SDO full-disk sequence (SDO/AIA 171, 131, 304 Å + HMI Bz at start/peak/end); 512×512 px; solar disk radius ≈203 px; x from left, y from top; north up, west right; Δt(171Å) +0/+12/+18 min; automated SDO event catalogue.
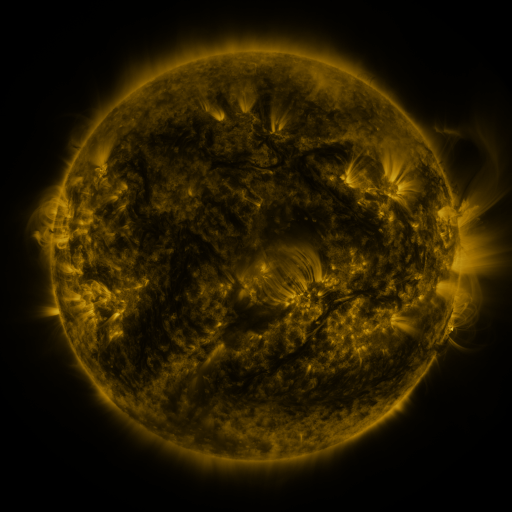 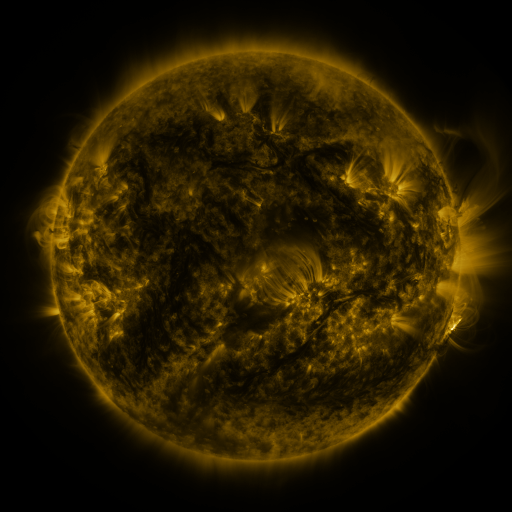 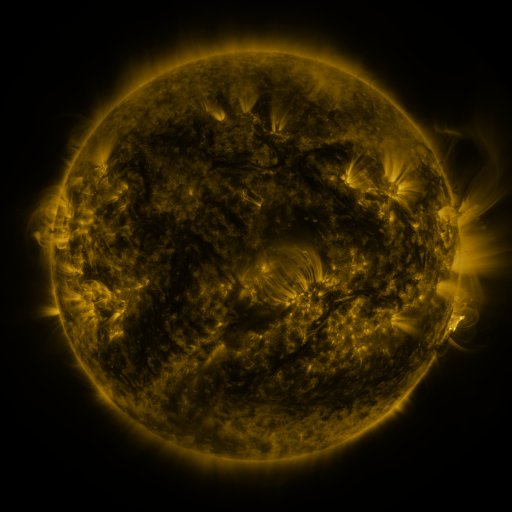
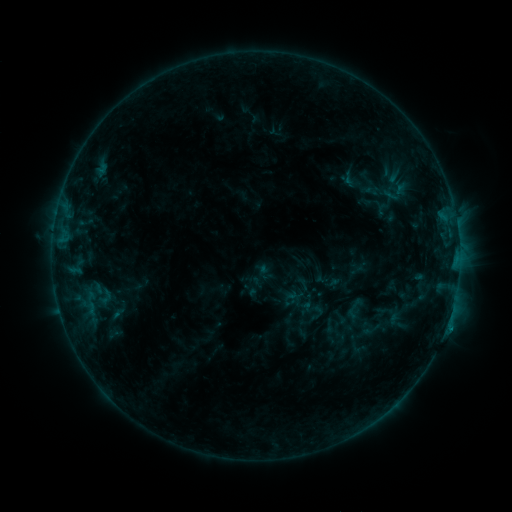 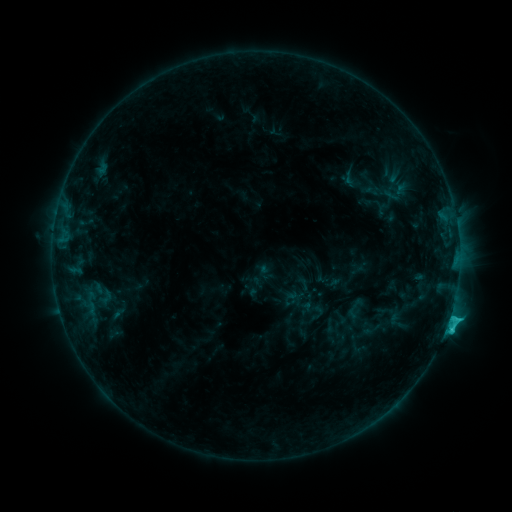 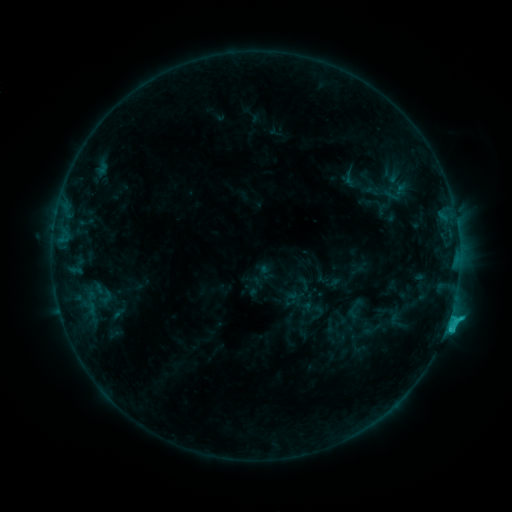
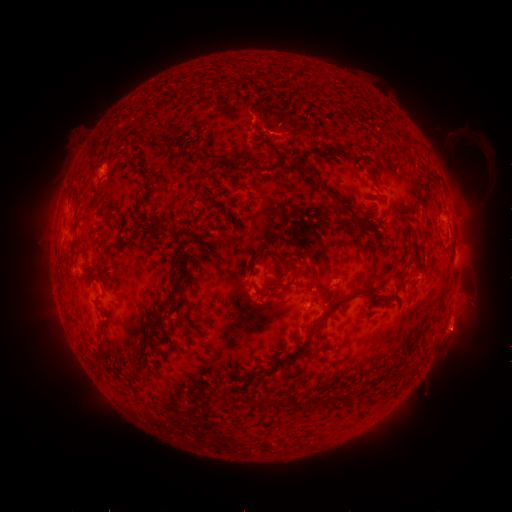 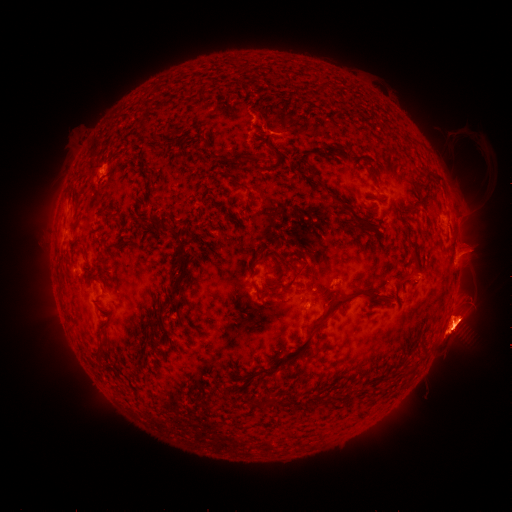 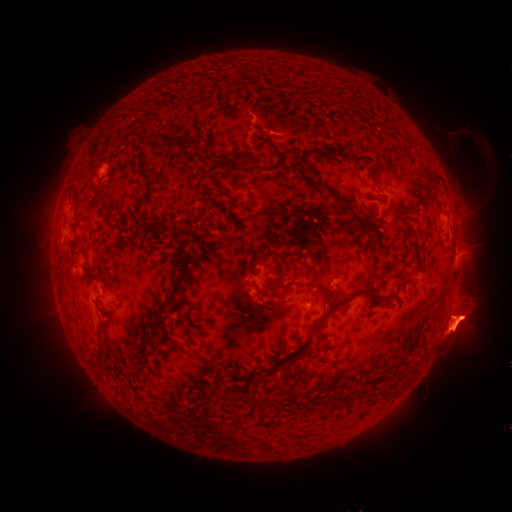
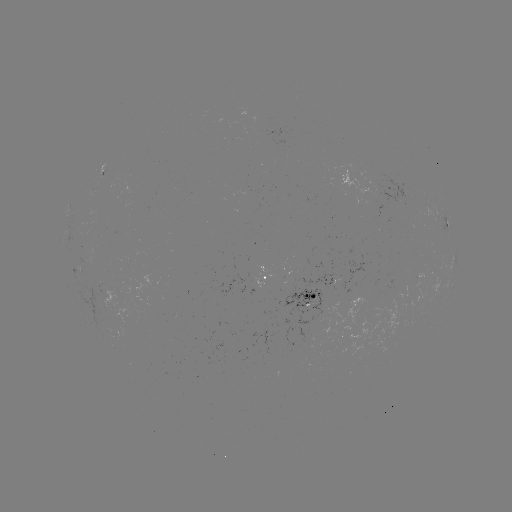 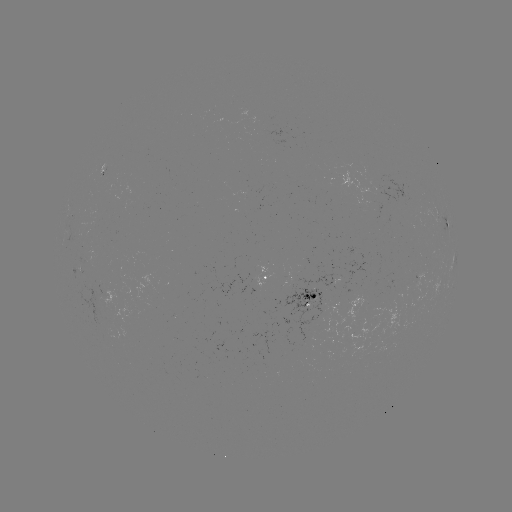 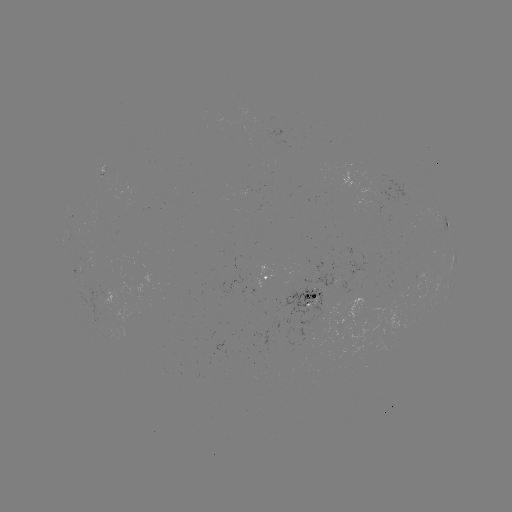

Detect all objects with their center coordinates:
C2.4 flare: (446, 324)
